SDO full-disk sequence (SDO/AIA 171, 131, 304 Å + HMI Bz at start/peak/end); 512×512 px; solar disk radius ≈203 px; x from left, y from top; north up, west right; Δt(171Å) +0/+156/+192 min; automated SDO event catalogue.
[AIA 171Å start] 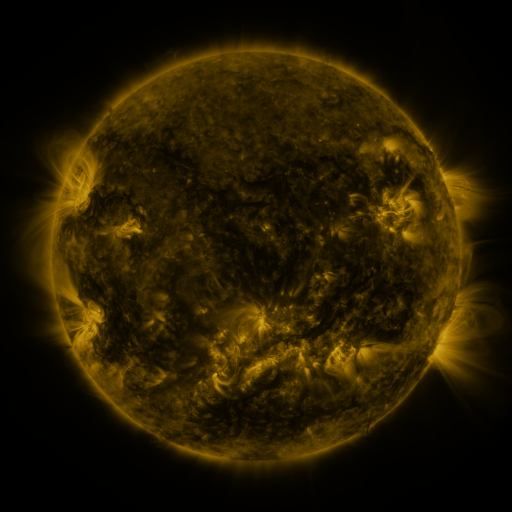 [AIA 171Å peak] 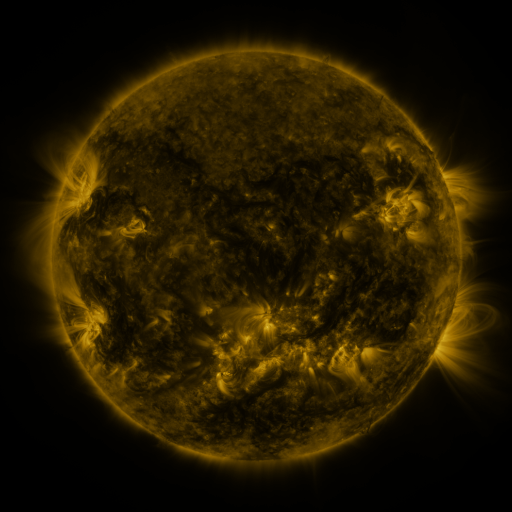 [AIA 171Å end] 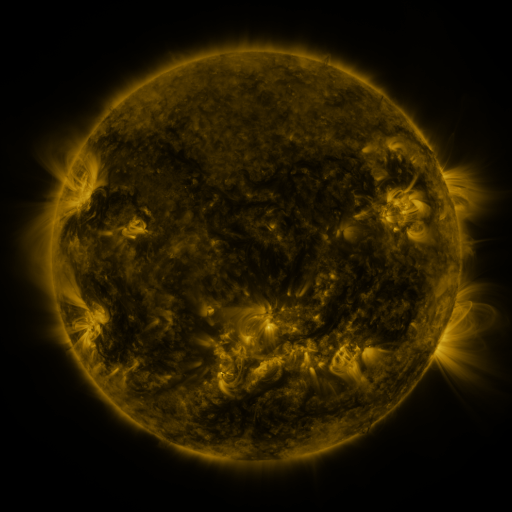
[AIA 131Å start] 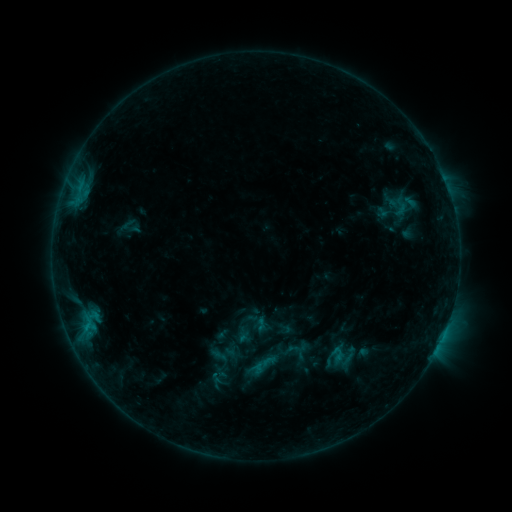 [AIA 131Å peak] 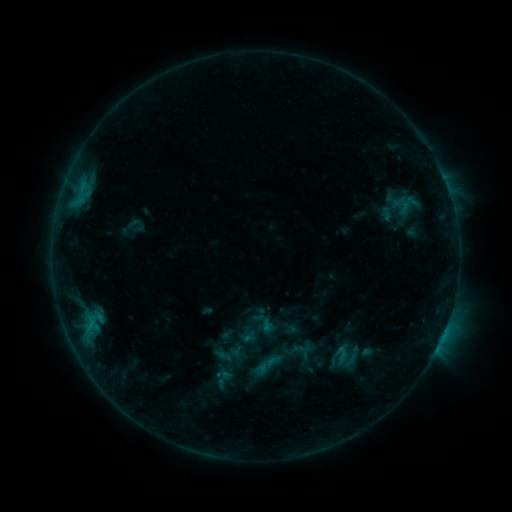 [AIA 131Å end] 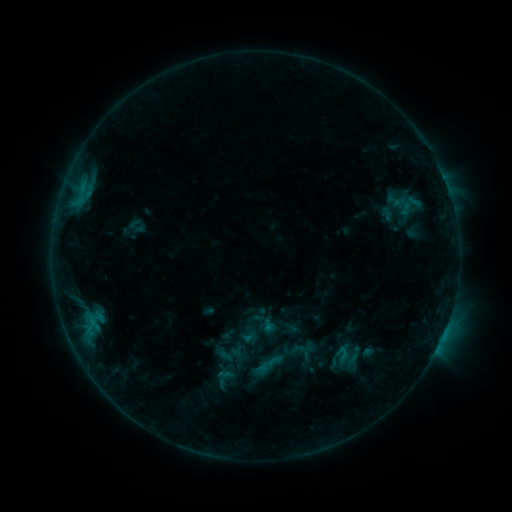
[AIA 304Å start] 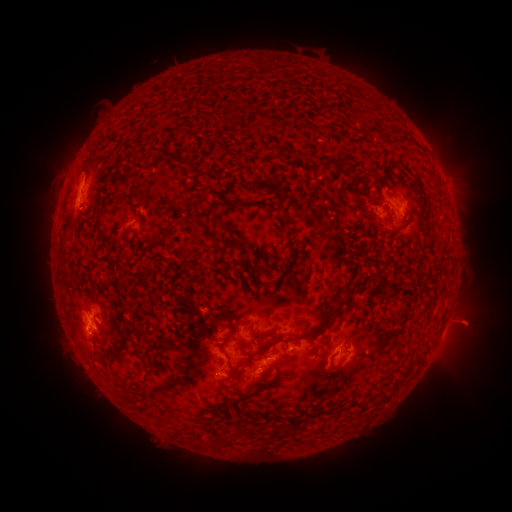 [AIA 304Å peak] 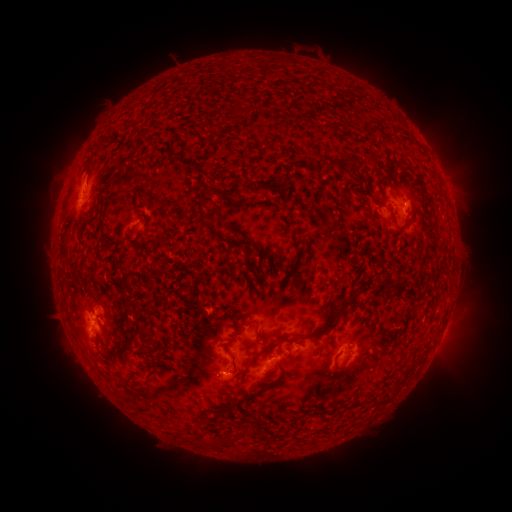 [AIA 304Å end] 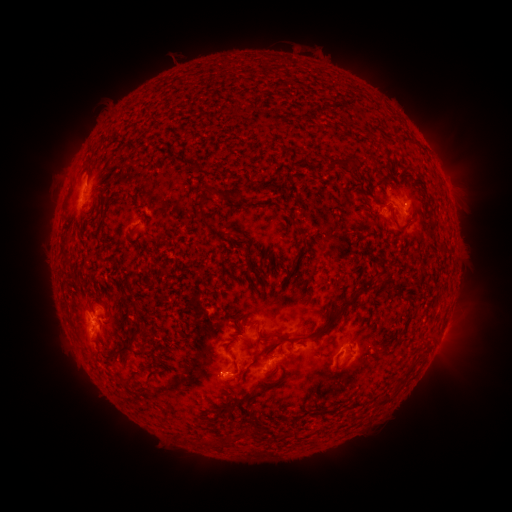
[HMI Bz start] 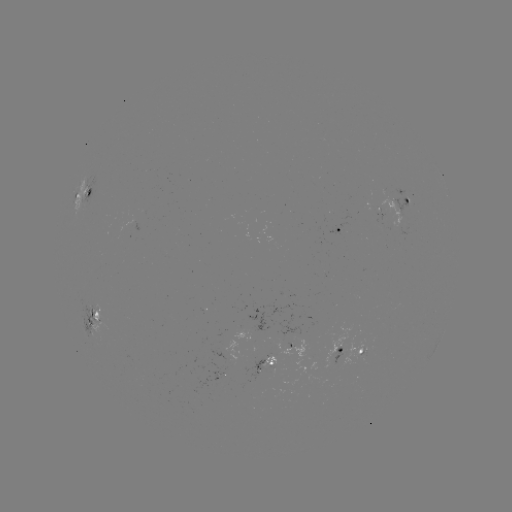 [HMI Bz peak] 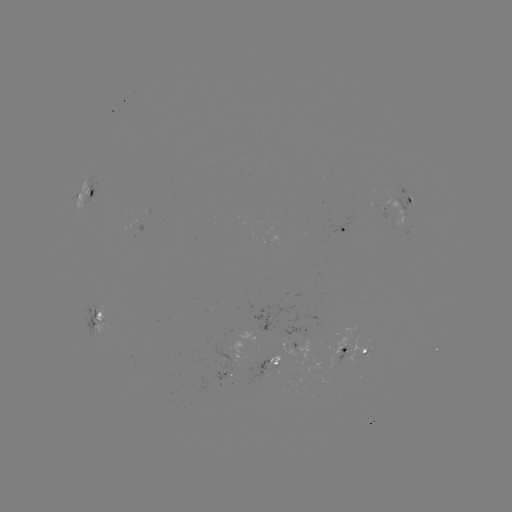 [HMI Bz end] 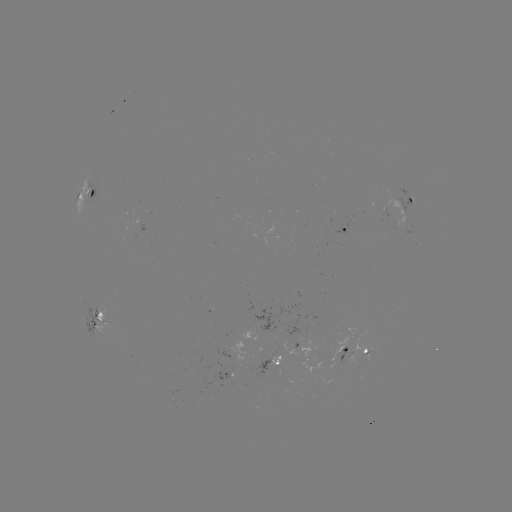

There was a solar emerging-flux region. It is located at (263, 368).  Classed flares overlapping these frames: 1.